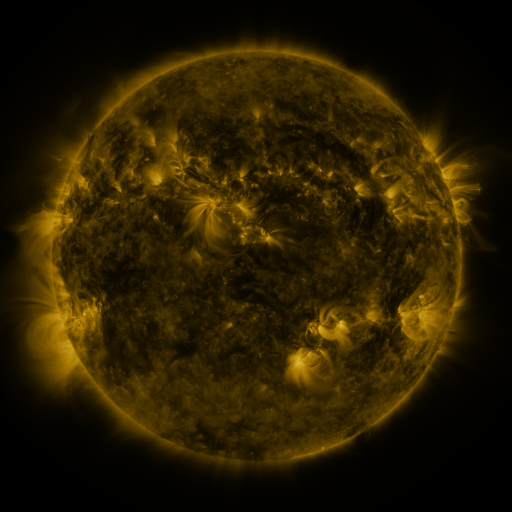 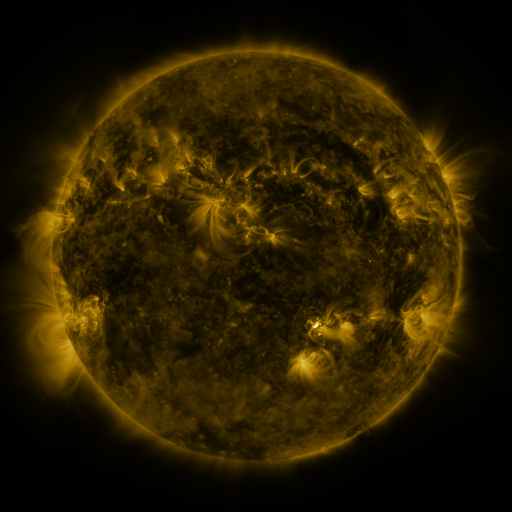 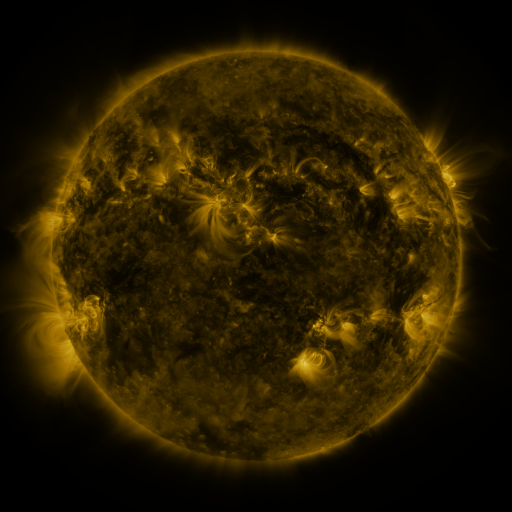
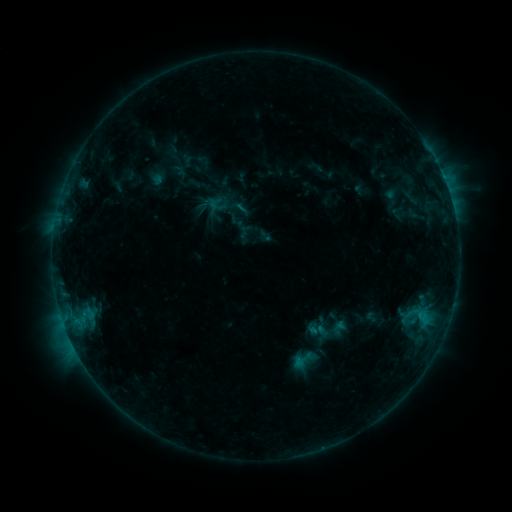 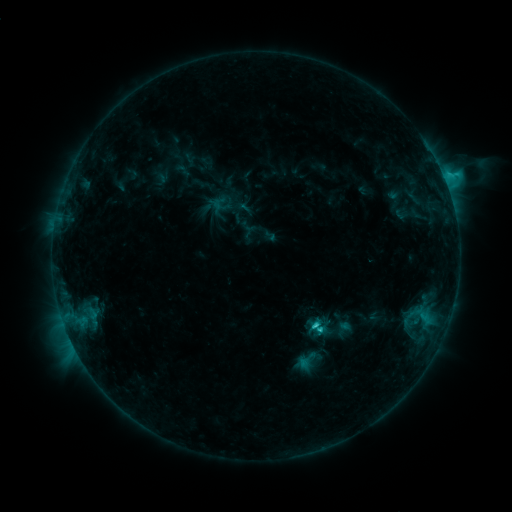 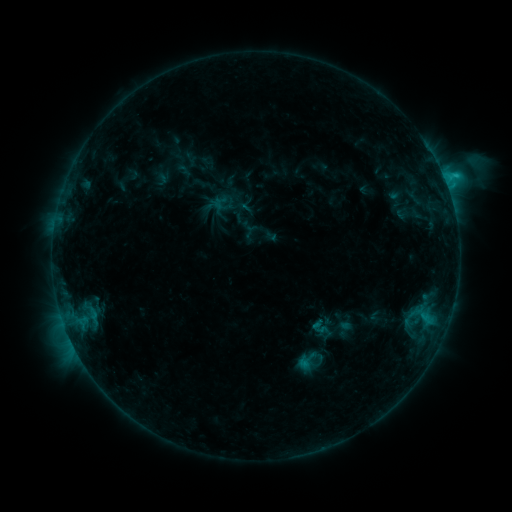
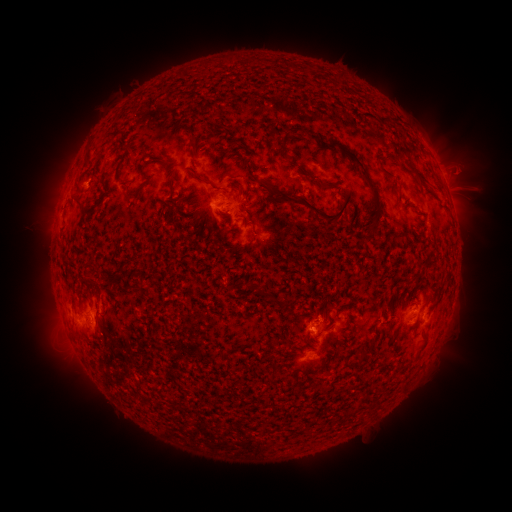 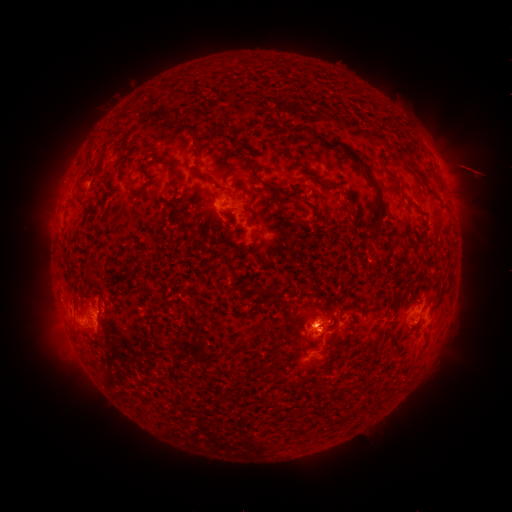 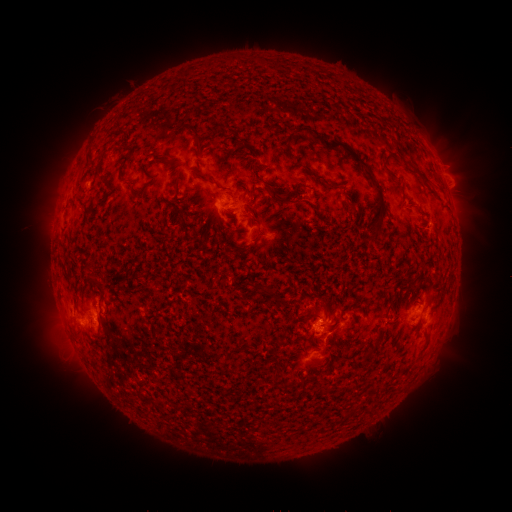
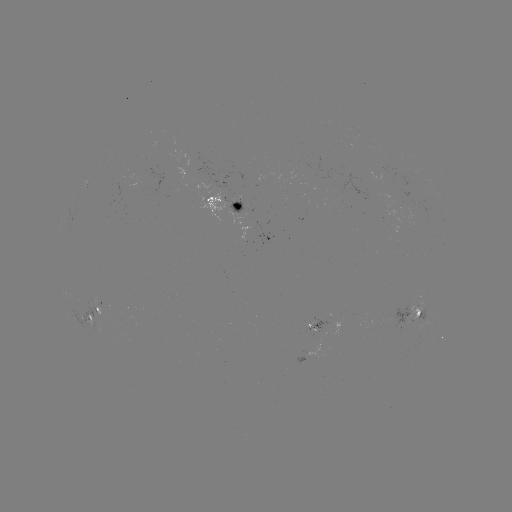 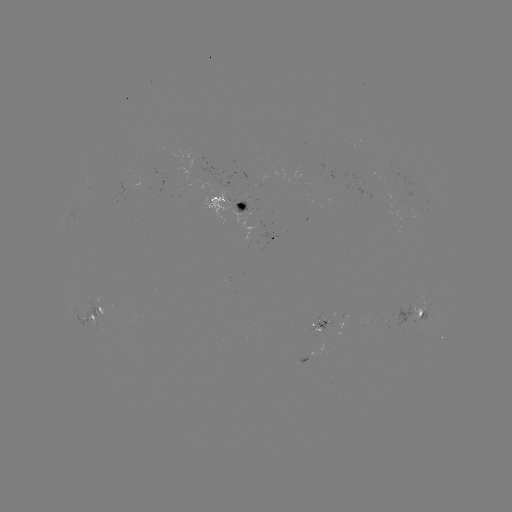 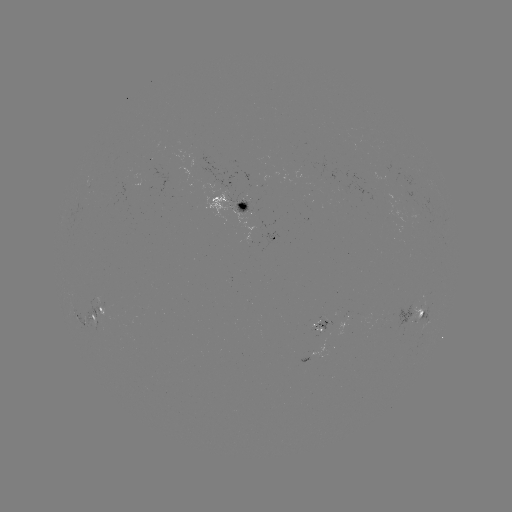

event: emerging-flux region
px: (97, 325)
